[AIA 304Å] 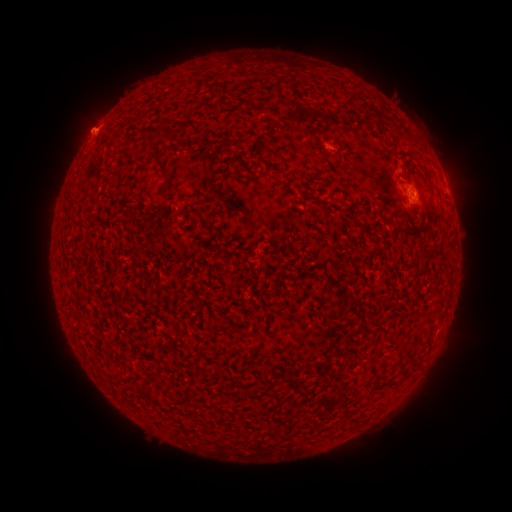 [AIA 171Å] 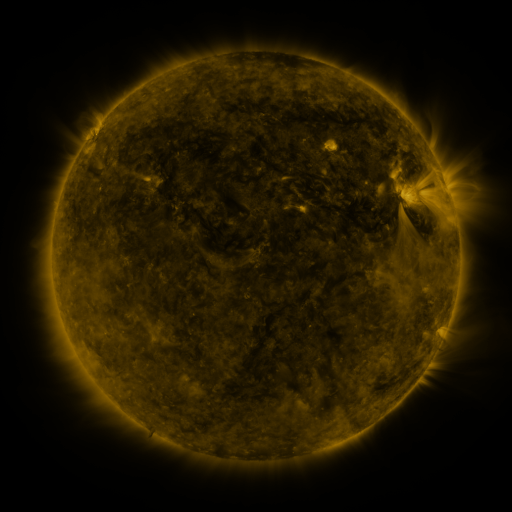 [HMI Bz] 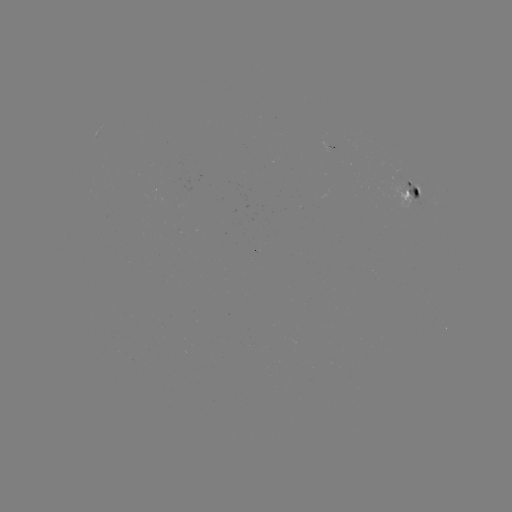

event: spotted active region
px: (412, 195)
